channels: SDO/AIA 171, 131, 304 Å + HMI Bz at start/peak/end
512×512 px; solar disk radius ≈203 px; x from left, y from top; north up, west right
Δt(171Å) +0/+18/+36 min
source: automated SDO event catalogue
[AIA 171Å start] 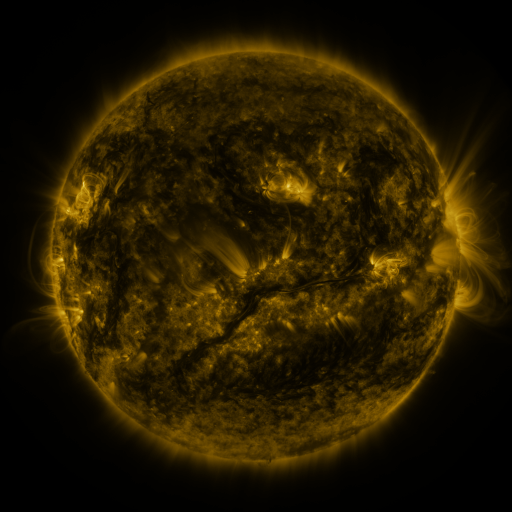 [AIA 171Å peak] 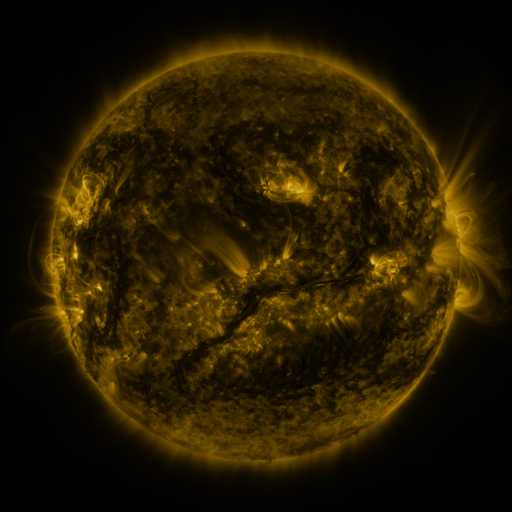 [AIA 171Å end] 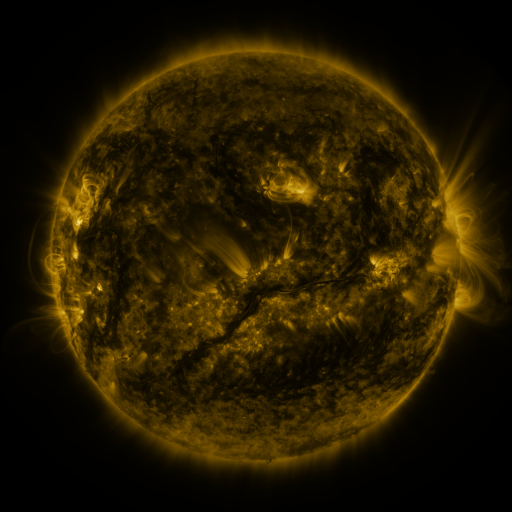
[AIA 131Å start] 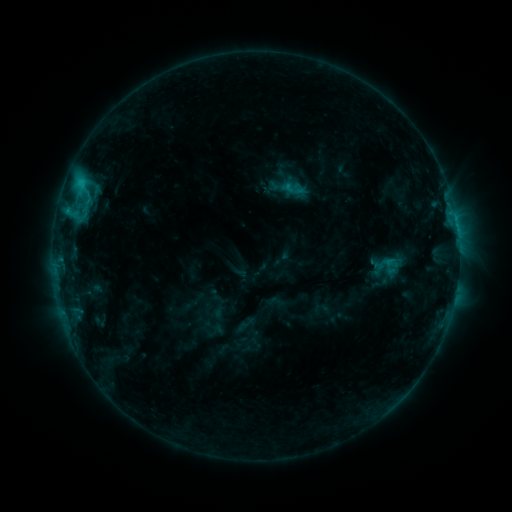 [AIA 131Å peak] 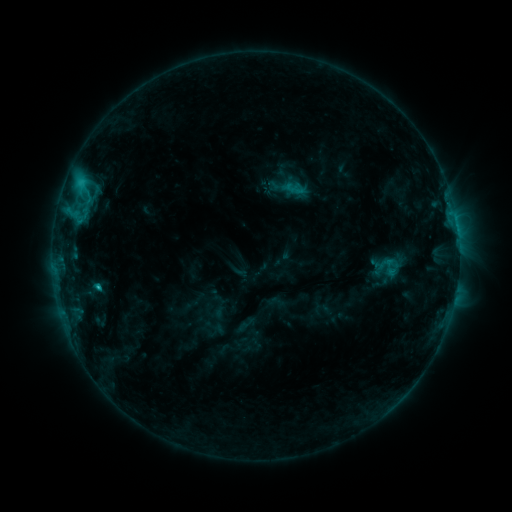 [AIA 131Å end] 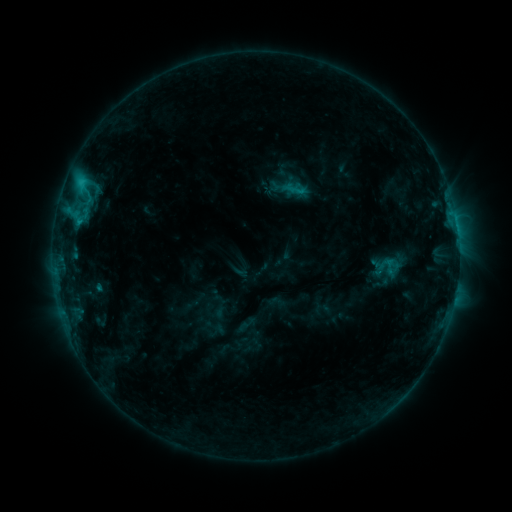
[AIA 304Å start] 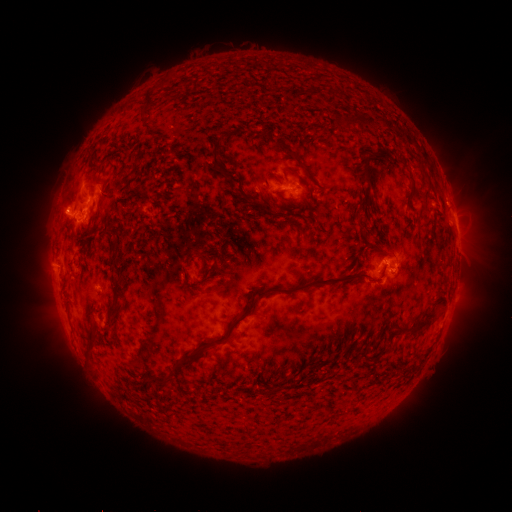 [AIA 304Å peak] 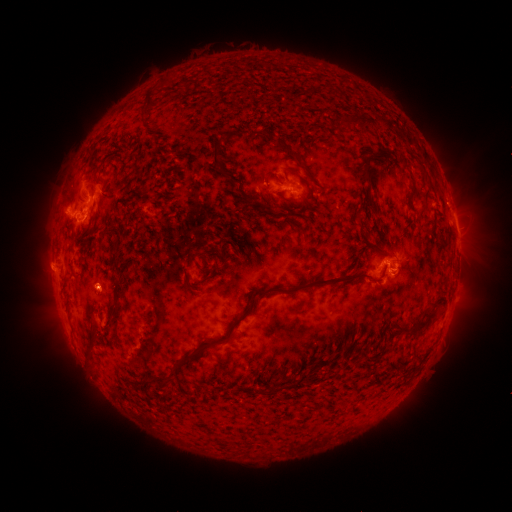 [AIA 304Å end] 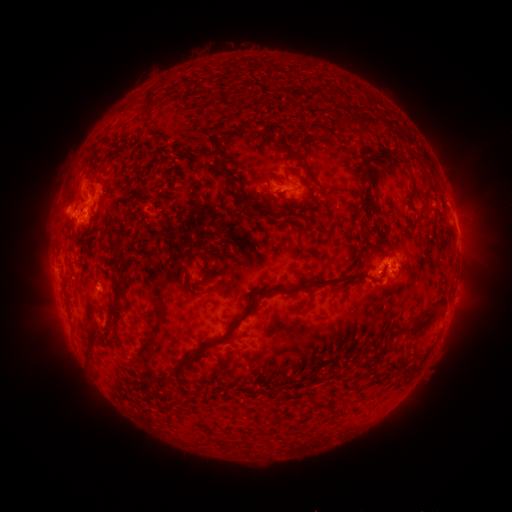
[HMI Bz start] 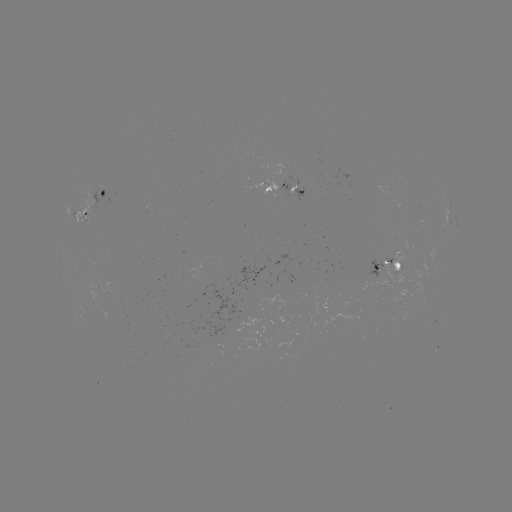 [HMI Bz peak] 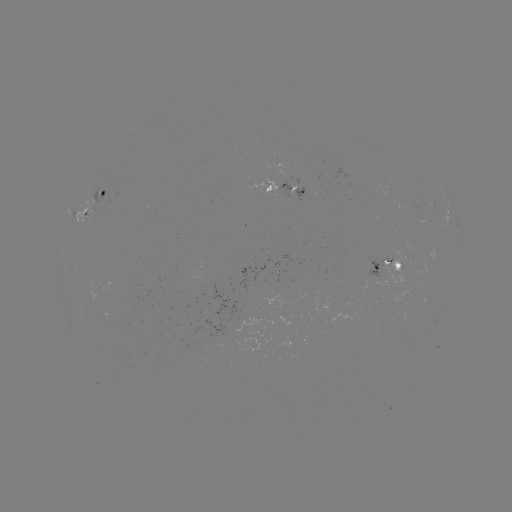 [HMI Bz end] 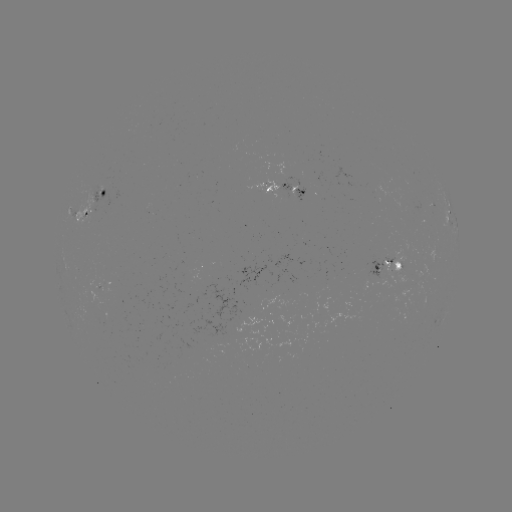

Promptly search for C1.5 flare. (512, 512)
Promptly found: (98, 284).